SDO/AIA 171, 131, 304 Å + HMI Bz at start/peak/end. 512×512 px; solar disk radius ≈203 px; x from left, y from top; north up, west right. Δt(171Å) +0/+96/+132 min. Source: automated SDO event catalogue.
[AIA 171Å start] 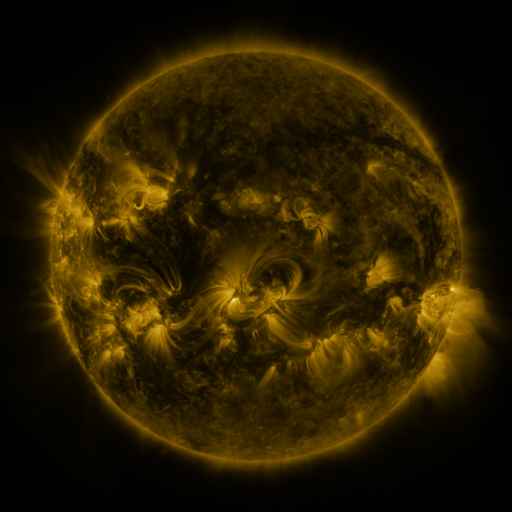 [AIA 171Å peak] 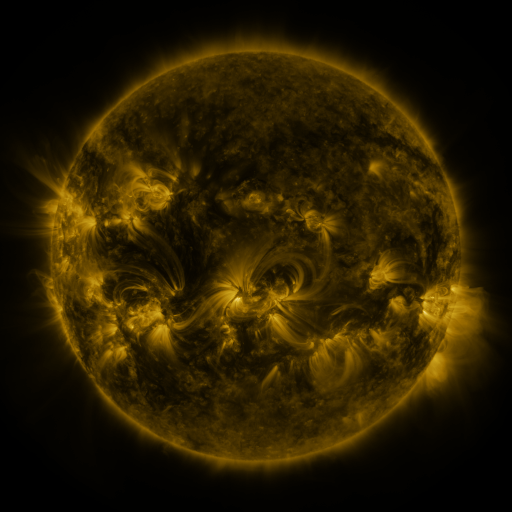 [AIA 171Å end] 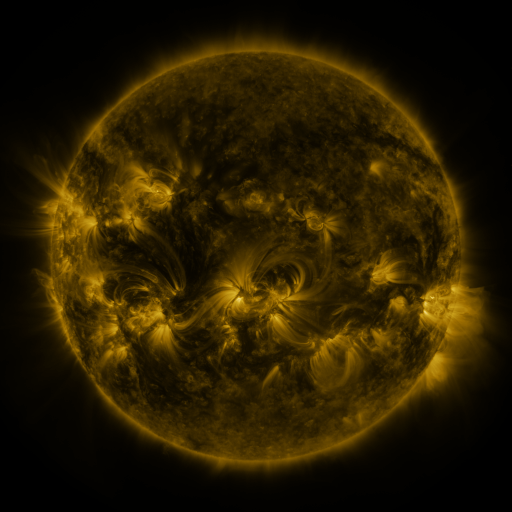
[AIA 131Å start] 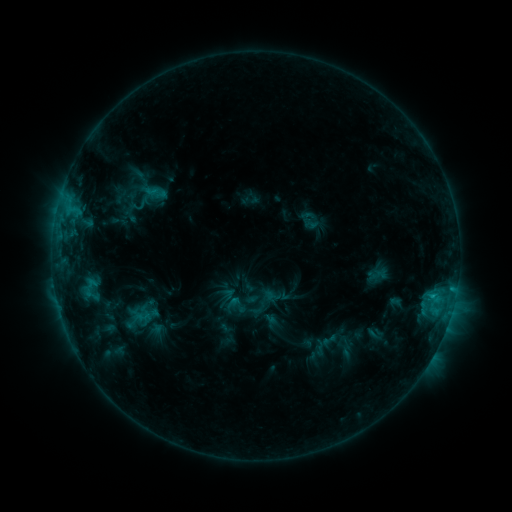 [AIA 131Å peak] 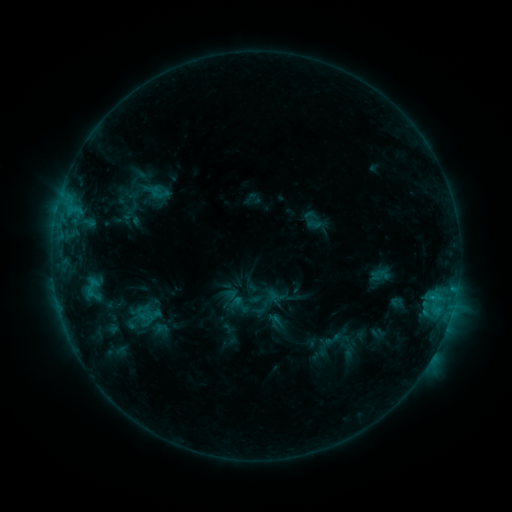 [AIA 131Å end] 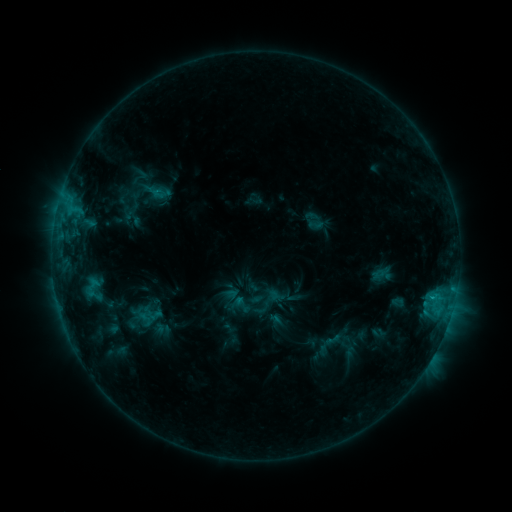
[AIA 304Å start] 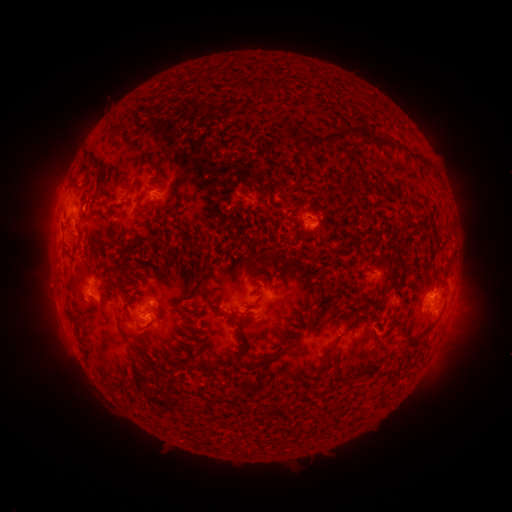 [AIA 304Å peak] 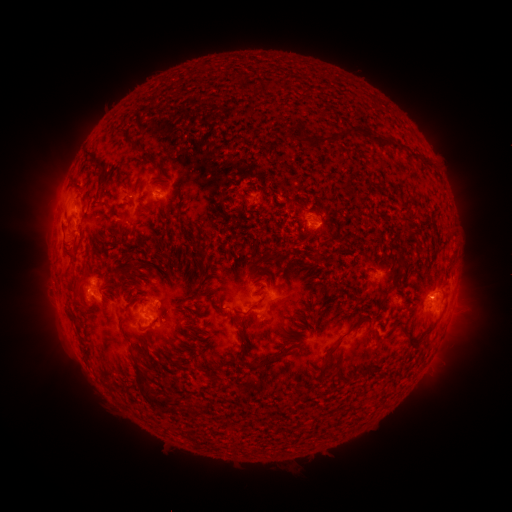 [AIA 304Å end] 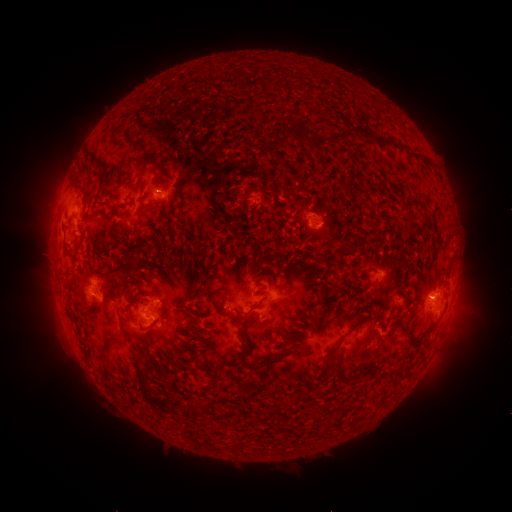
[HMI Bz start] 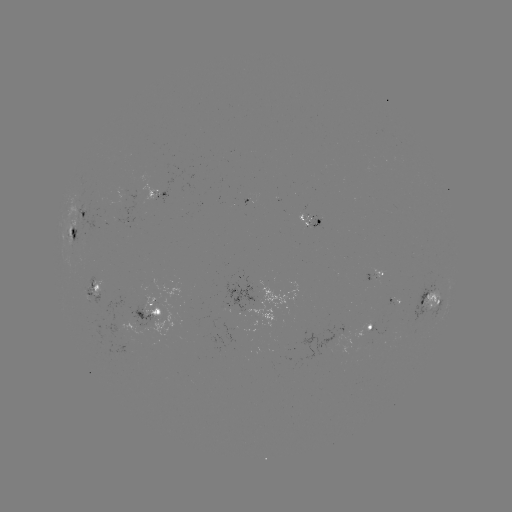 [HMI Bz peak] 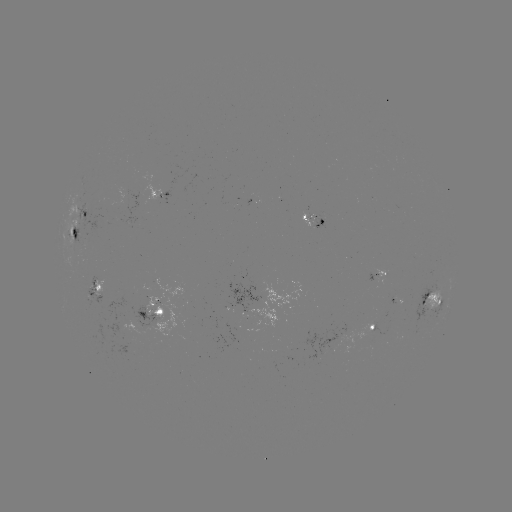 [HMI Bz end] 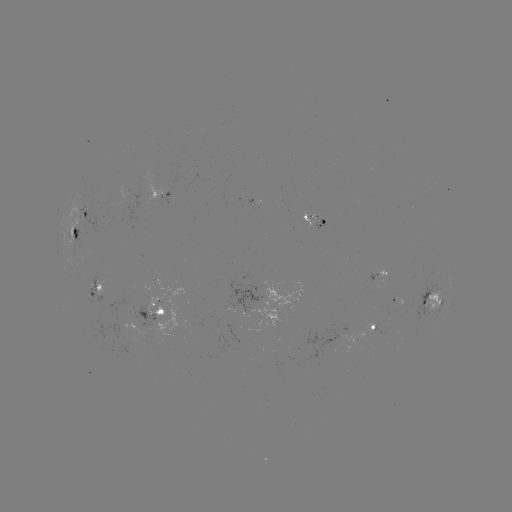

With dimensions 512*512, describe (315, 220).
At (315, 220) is emerging-flux region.